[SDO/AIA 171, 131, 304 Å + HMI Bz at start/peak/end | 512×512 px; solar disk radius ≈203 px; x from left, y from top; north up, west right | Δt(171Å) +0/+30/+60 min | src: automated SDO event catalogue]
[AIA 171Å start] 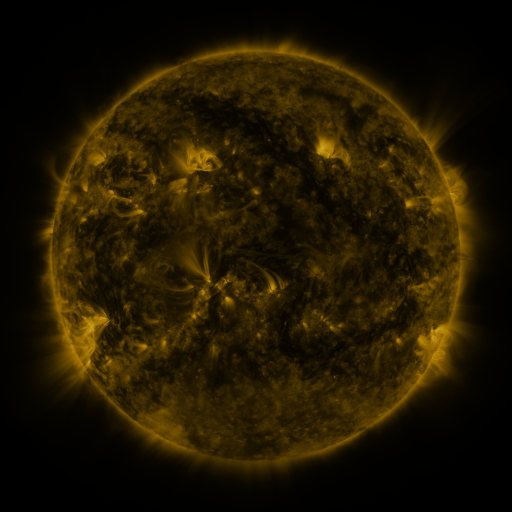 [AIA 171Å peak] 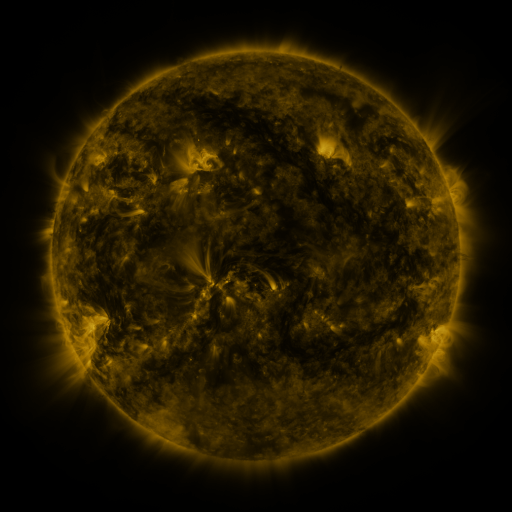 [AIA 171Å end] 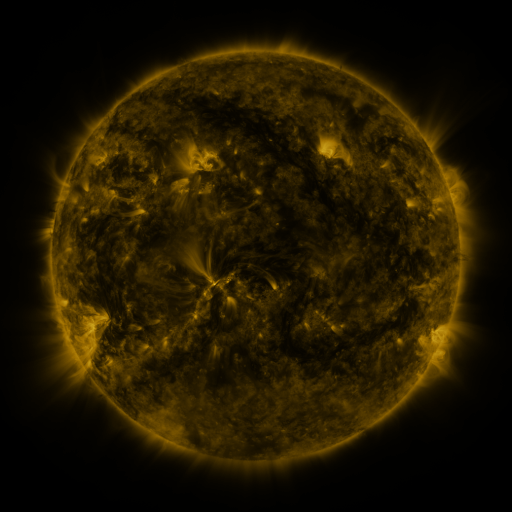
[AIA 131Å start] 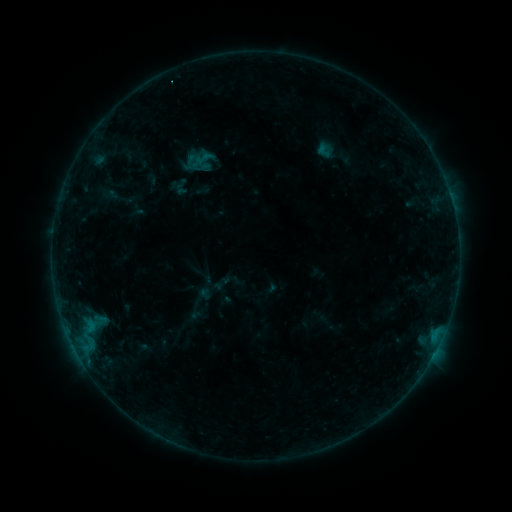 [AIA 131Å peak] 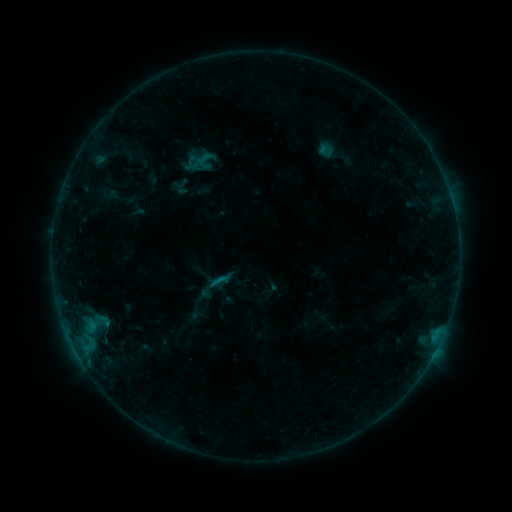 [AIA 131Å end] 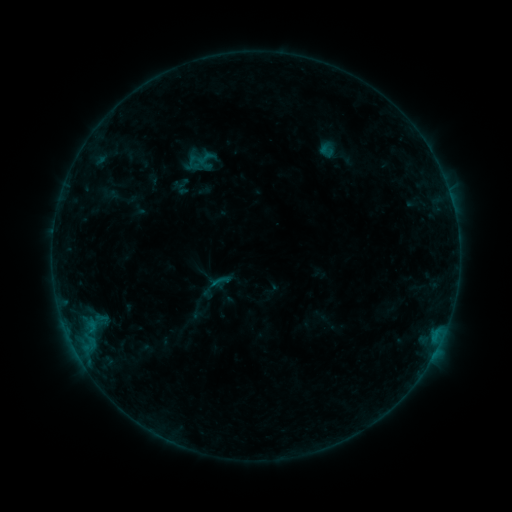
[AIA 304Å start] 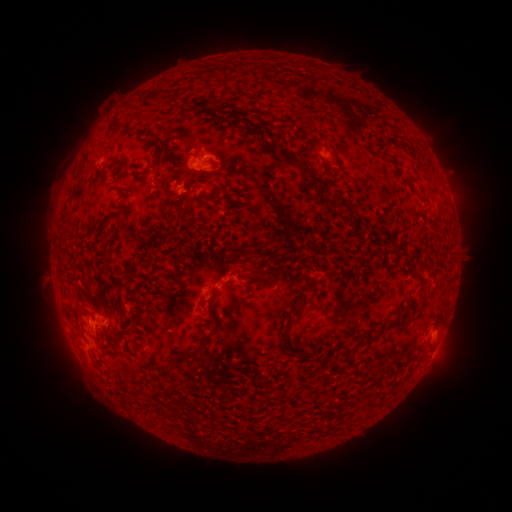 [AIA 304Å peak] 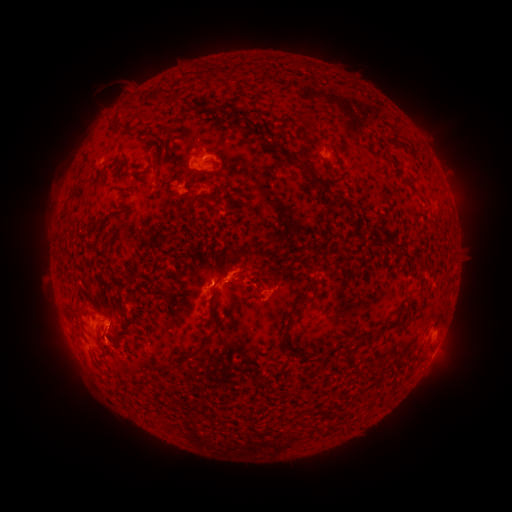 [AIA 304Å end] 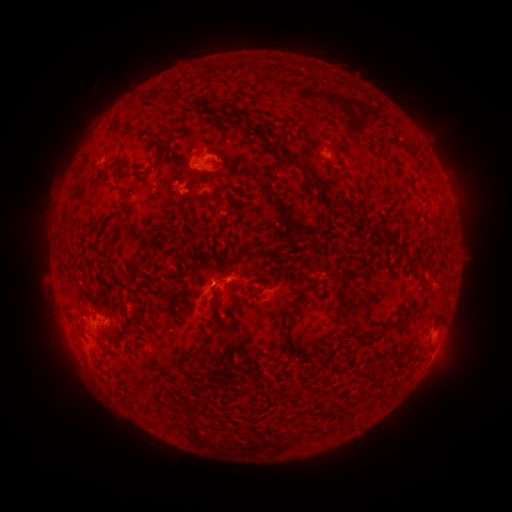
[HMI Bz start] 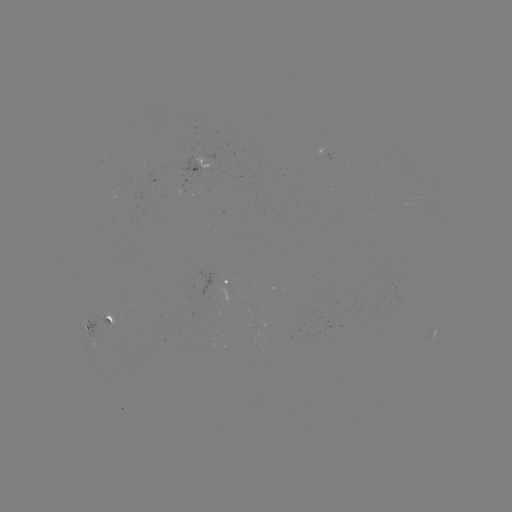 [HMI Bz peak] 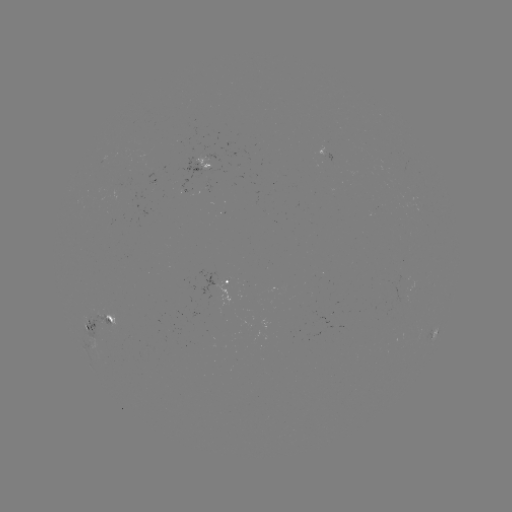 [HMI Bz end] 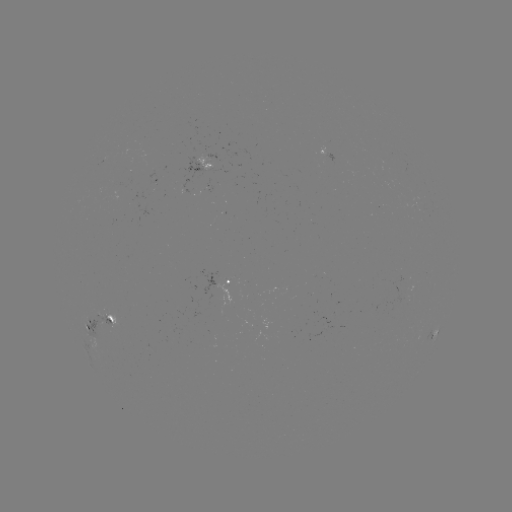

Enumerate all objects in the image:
B5.8 flare: (108, 321)
